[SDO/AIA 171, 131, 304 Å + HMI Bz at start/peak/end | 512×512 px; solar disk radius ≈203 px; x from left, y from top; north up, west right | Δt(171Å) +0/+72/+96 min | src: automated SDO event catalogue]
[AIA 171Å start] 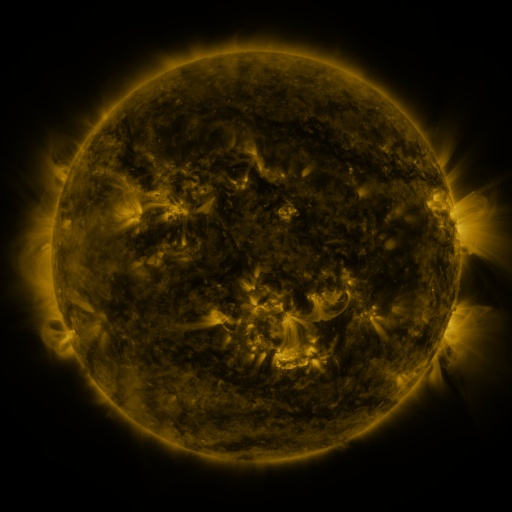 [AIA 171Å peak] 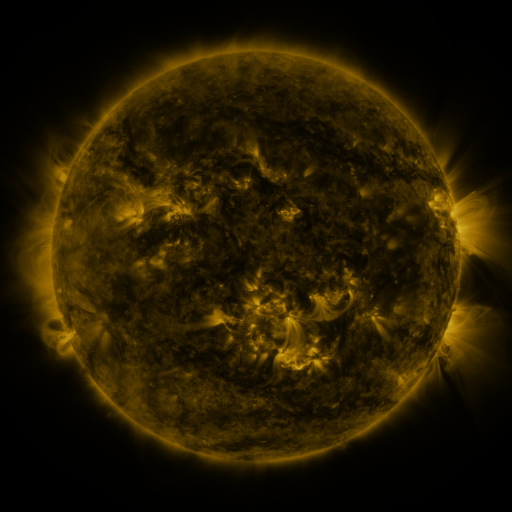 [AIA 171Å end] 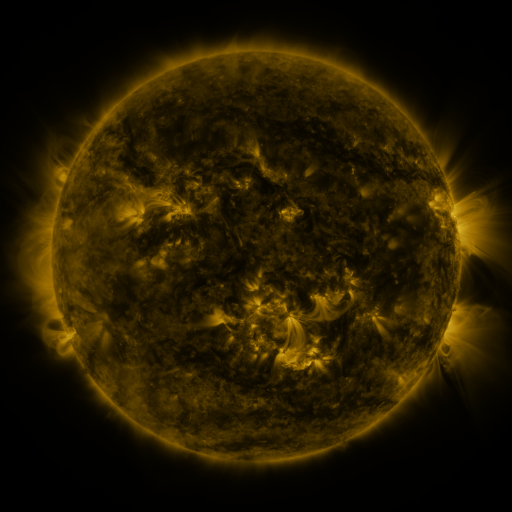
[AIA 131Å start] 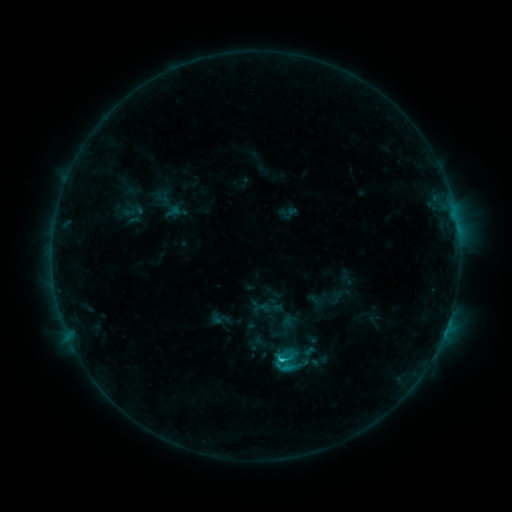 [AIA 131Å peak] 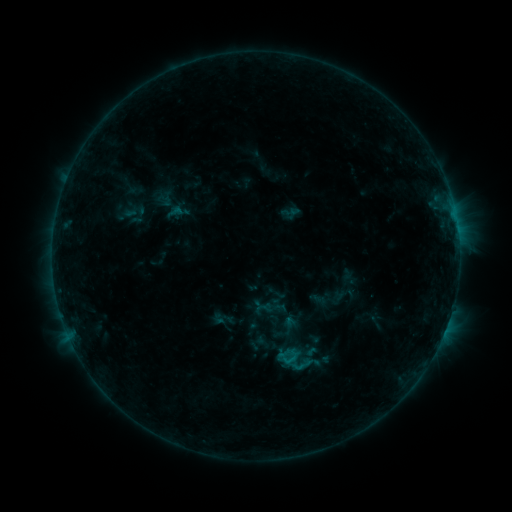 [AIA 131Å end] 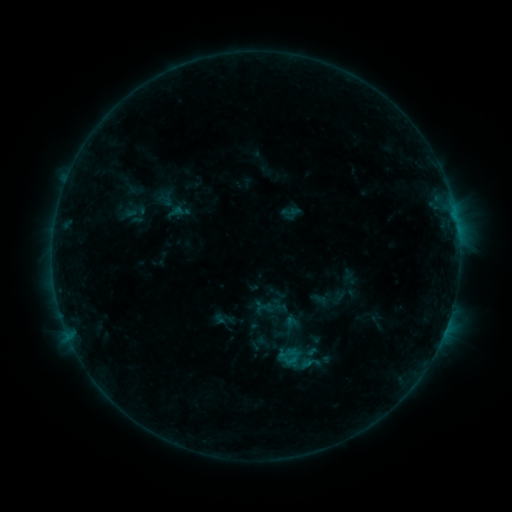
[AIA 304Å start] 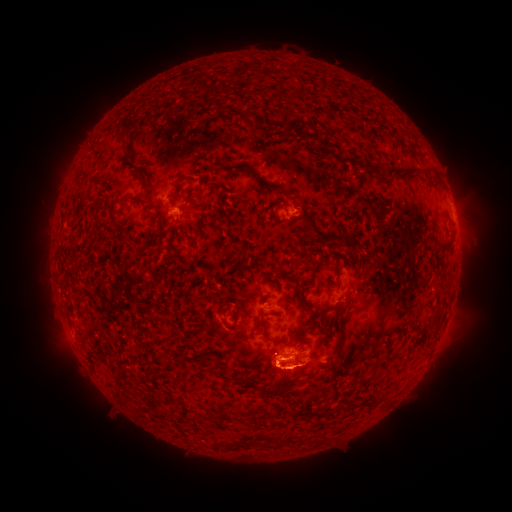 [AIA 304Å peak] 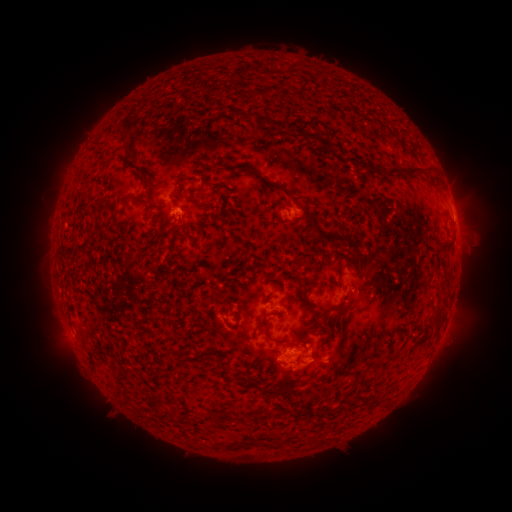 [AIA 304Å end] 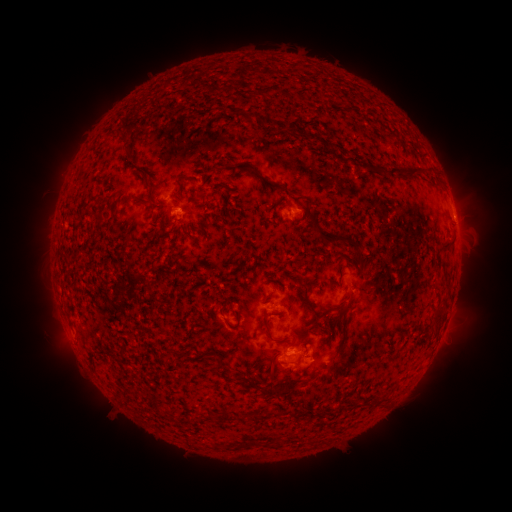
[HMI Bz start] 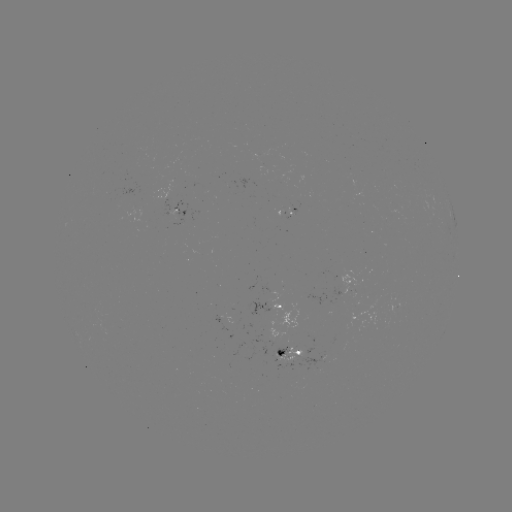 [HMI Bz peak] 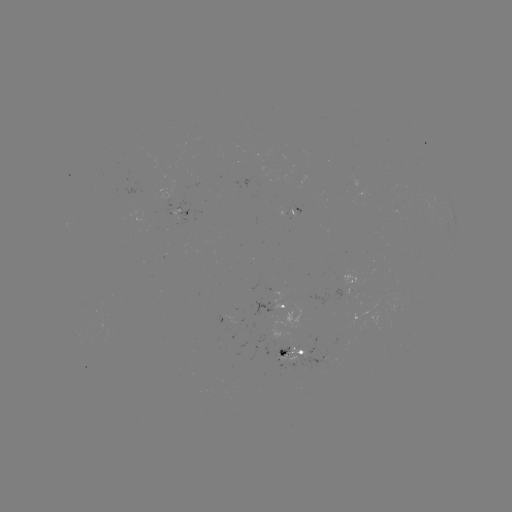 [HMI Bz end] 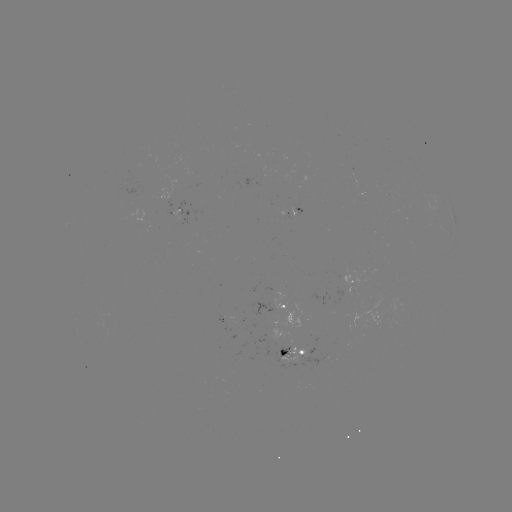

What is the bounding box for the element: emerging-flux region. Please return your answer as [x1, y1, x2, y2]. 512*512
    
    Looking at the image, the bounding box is [264, 346, 300, 362].